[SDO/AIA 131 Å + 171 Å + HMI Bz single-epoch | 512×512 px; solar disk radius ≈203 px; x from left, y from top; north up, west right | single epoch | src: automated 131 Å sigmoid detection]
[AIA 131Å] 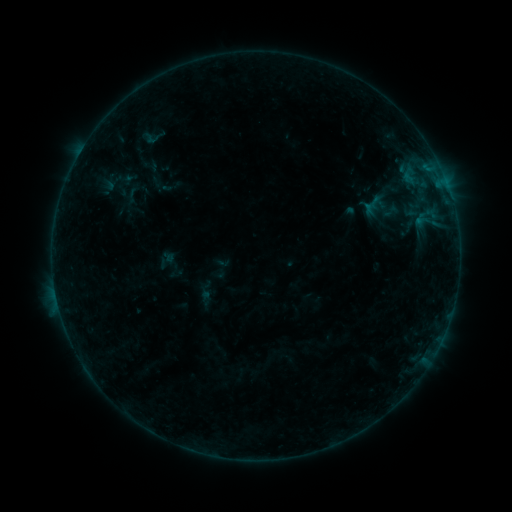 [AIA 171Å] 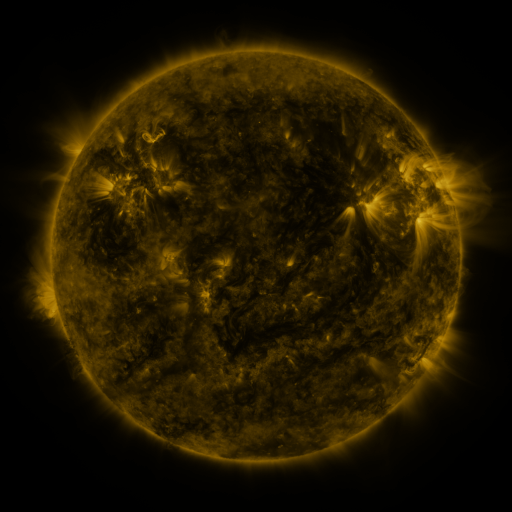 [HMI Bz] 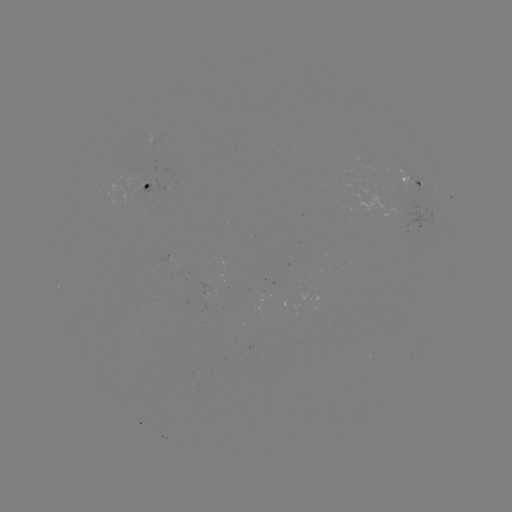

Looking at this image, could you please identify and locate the sigmoid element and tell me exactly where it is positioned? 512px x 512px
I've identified sigmoid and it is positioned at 151,138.